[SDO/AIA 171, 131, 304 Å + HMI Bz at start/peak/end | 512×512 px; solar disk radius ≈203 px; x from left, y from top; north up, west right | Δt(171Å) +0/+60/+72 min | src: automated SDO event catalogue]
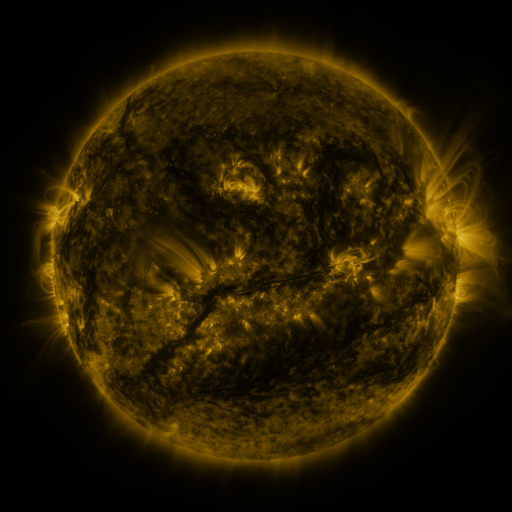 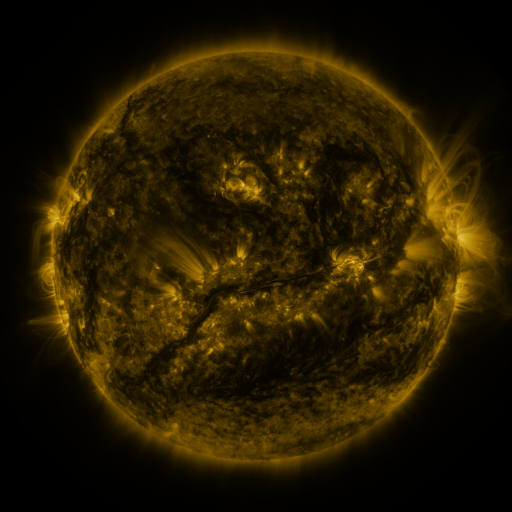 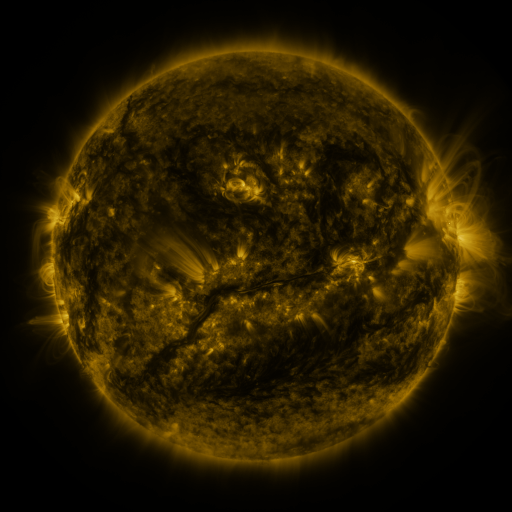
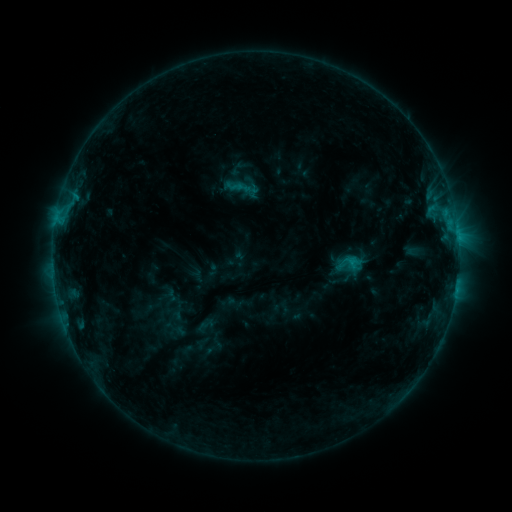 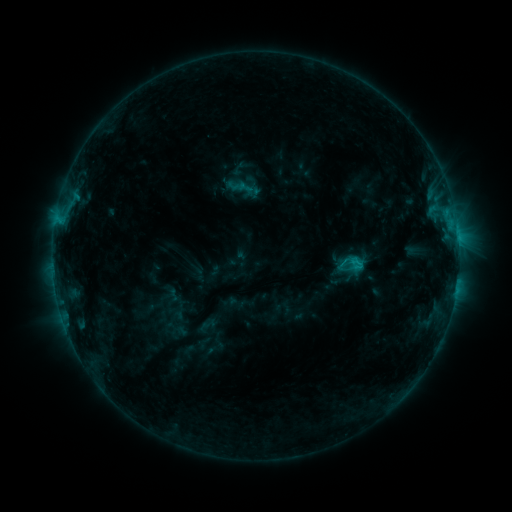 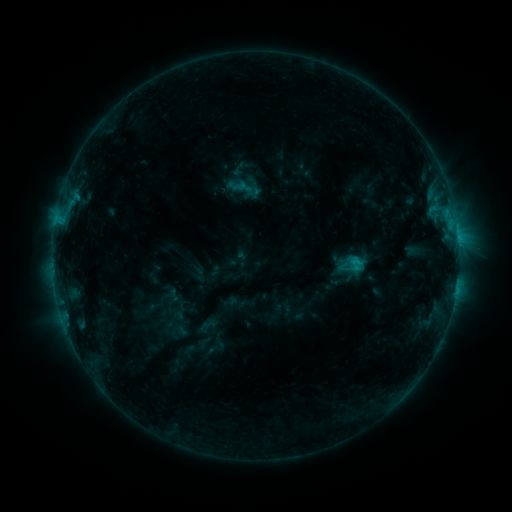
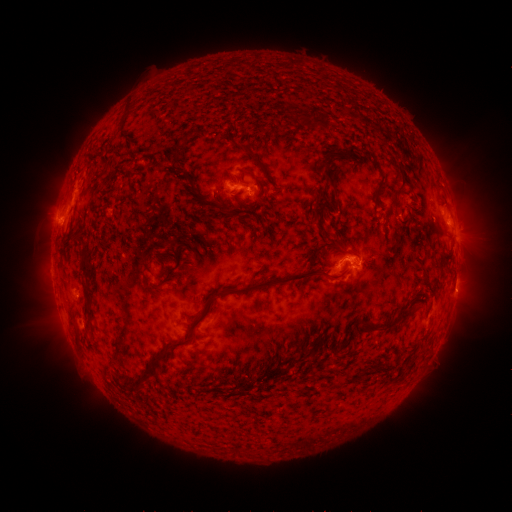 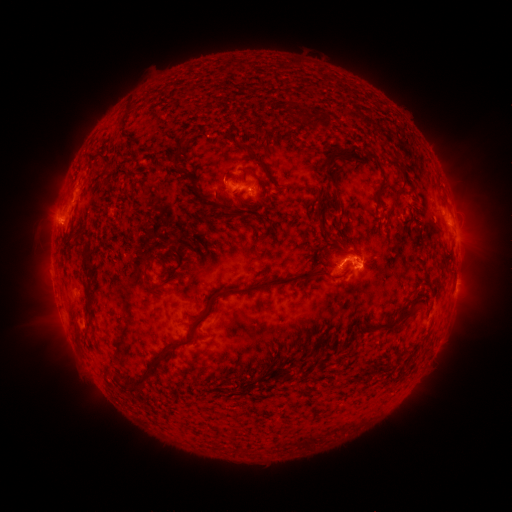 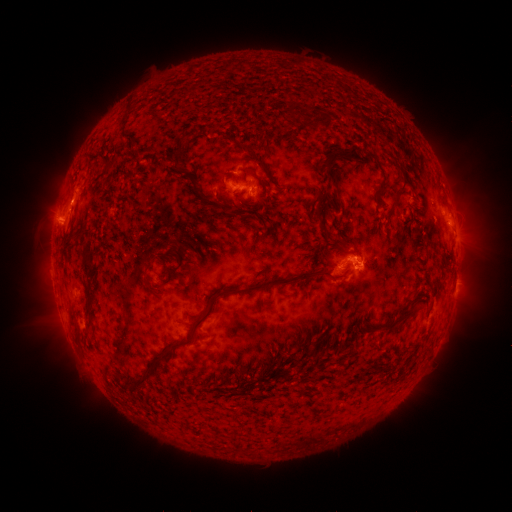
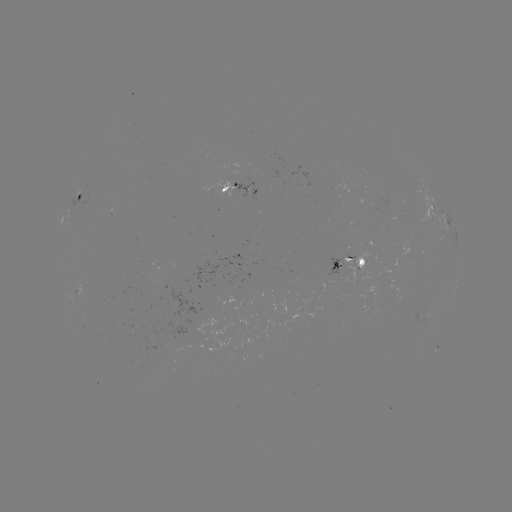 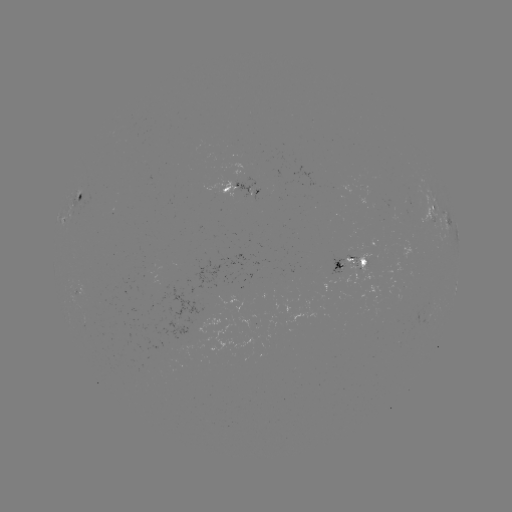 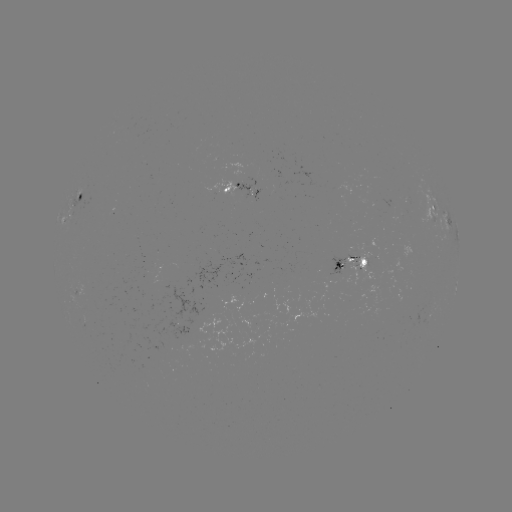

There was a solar emerging-flux region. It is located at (253, 192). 